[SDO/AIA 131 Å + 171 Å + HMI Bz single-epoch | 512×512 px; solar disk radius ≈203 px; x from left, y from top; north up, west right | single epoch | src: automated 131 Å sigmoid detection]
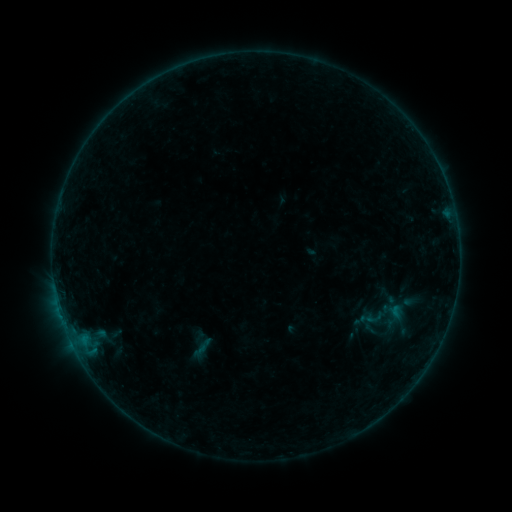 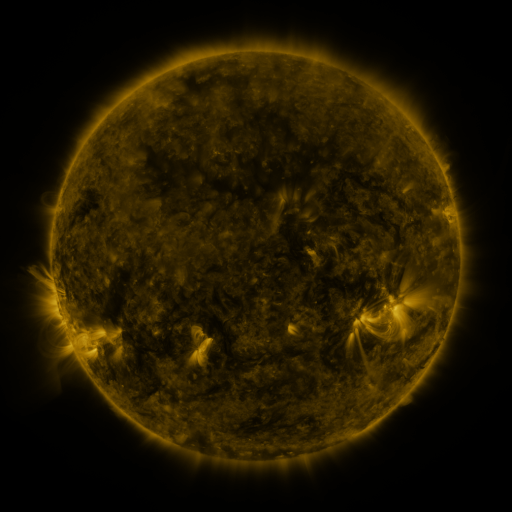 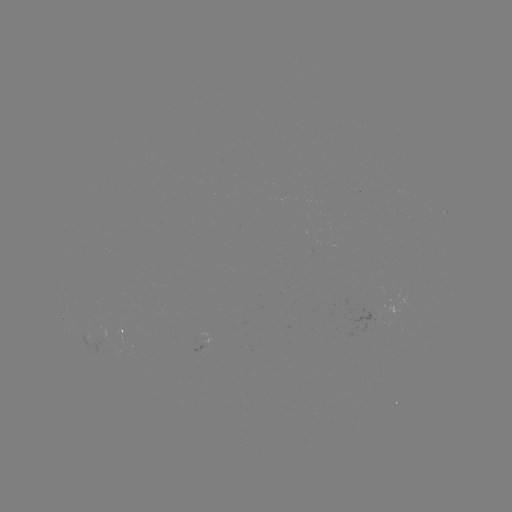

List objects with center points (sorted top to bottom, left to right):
sigmoid: (359, 291, 408, 340)
